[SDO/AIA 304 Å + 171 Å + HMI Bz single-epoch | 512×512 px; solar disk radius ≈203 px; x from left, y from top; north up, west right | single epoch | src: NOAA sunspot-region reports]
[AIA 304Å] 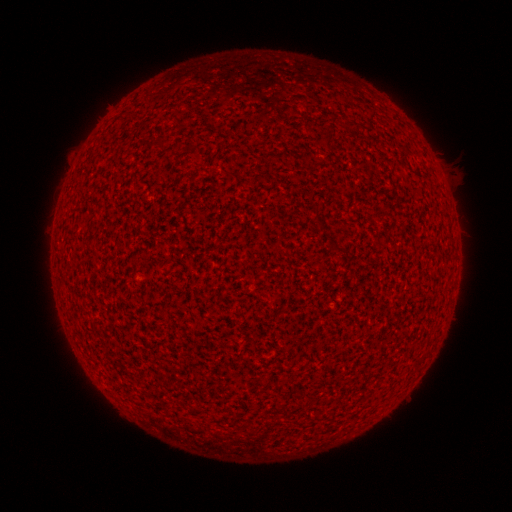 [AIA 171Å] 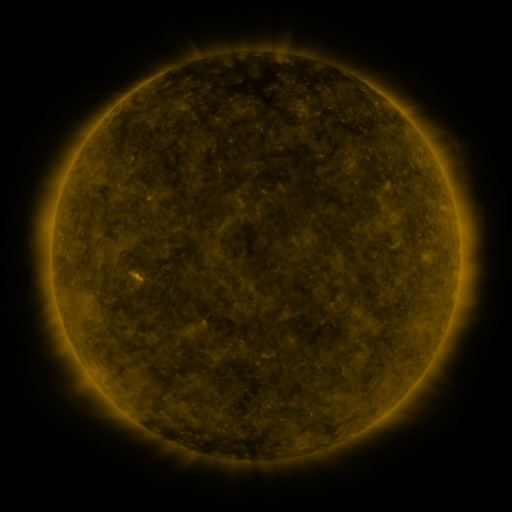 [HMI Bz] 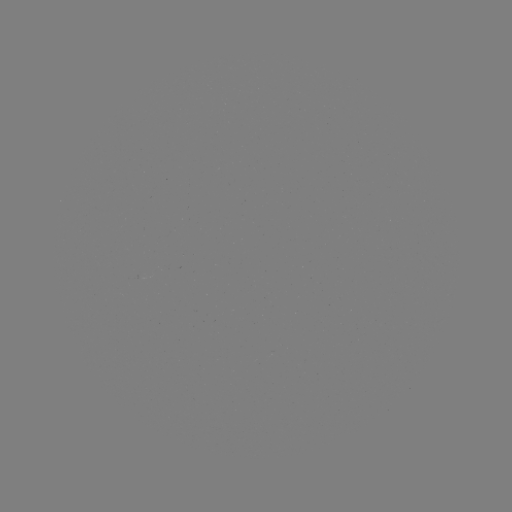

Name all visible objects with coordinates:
(none)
